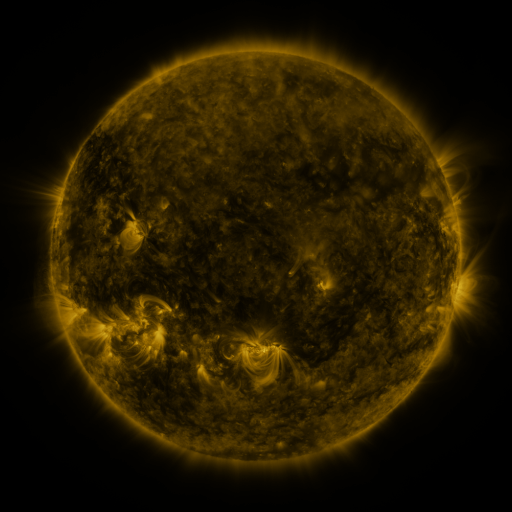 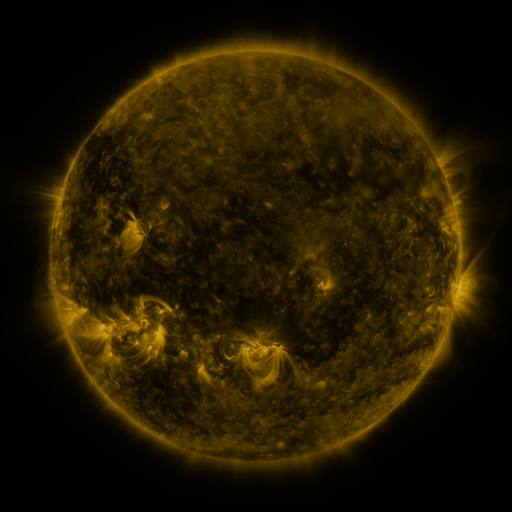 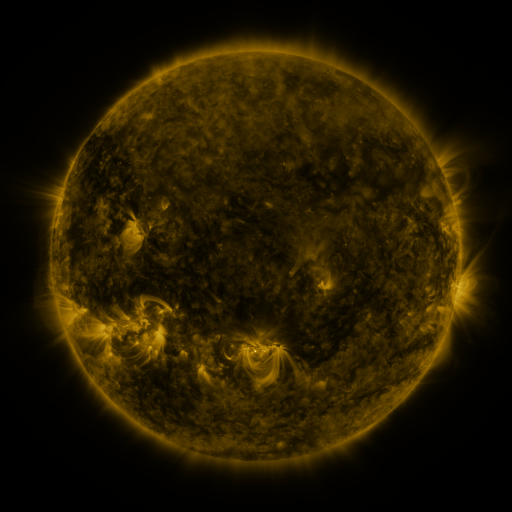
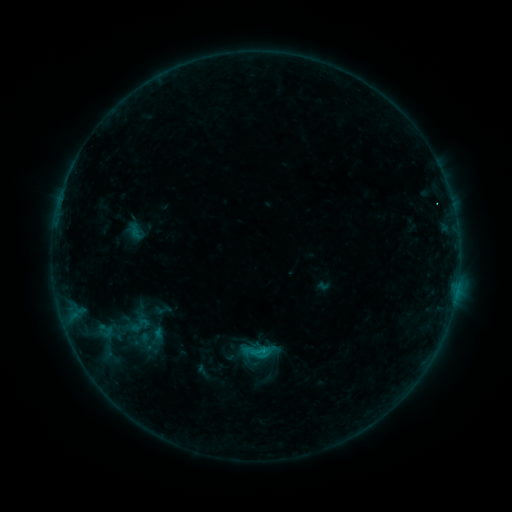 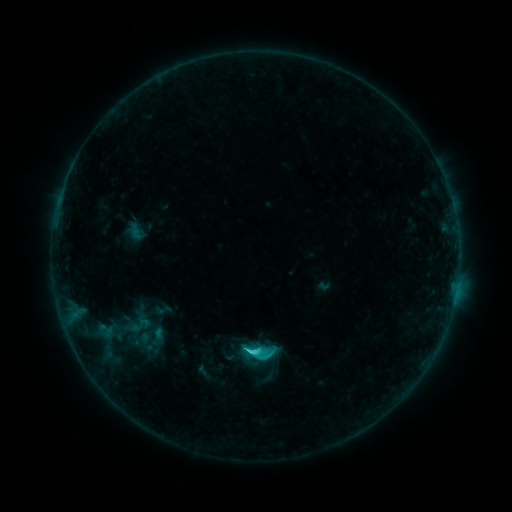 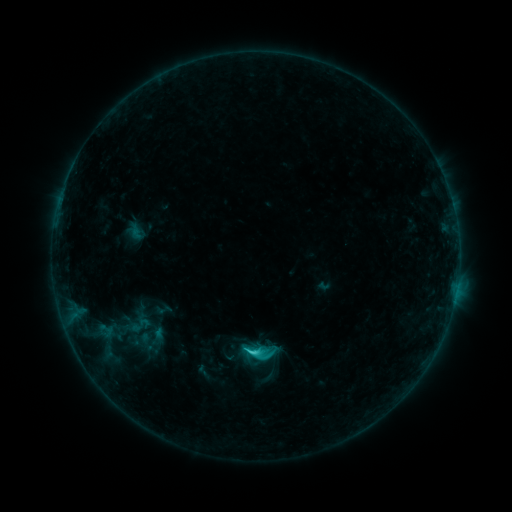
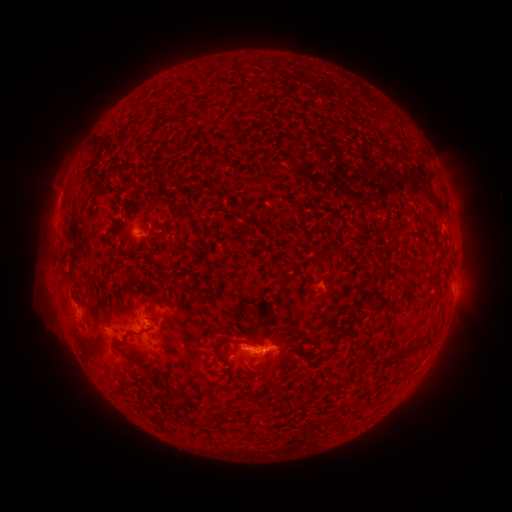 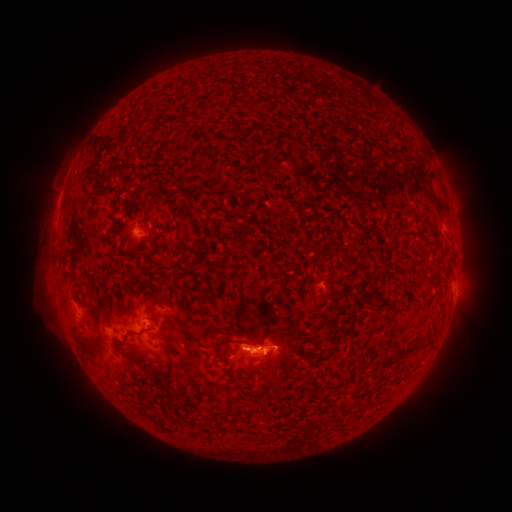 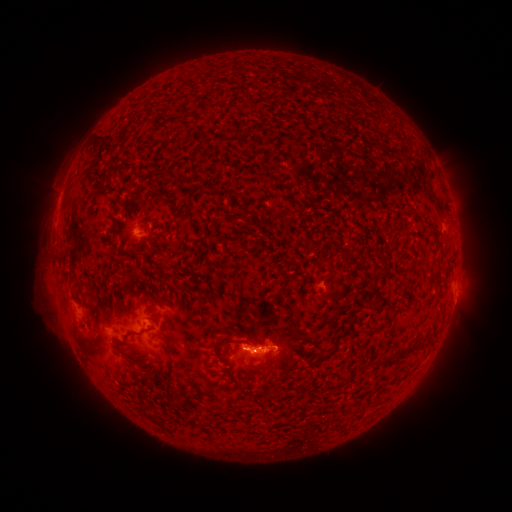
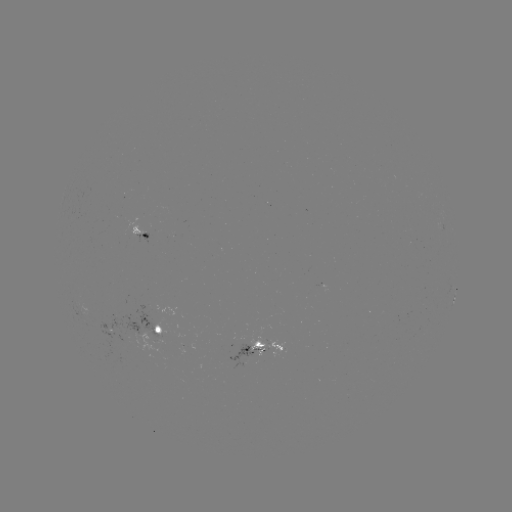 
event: flare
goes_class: C2.4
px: (256, 349)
